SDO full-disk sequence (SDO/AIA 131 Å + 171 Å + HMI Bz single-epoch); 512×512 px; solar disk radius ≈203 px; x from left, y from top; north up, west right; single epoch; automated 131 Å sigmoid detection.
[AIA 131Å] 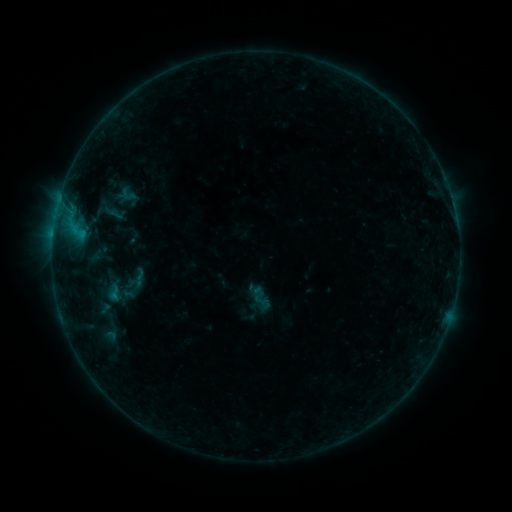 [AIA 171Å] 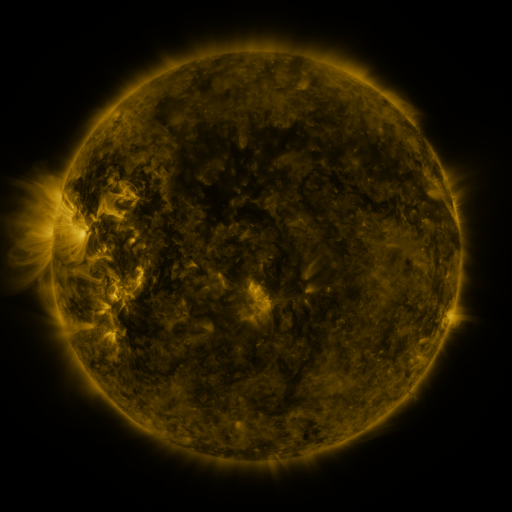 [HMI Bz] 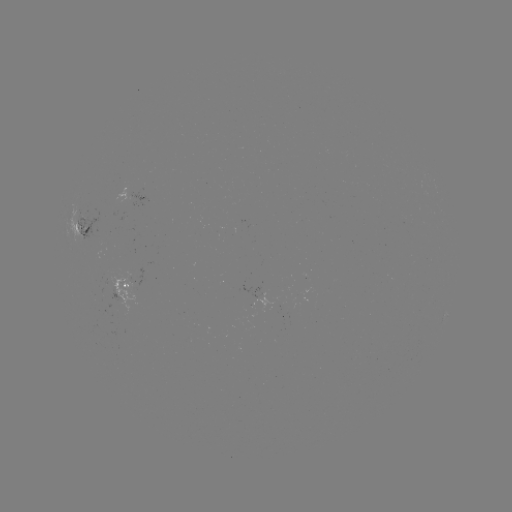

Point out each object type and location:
sigmoid: (128, 194)
sigmoid: (261, 299)
